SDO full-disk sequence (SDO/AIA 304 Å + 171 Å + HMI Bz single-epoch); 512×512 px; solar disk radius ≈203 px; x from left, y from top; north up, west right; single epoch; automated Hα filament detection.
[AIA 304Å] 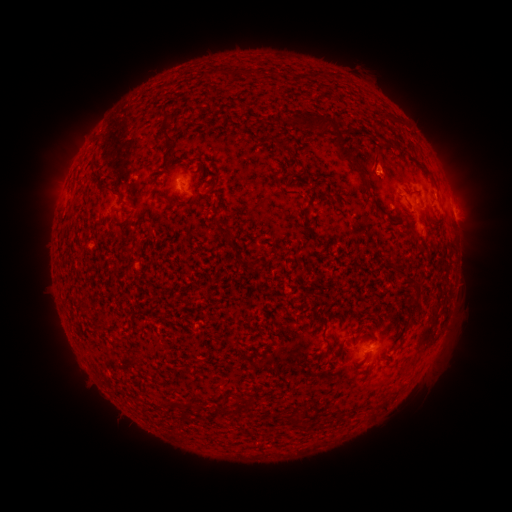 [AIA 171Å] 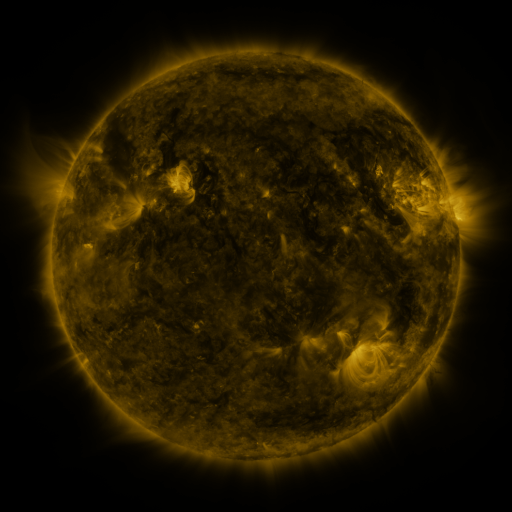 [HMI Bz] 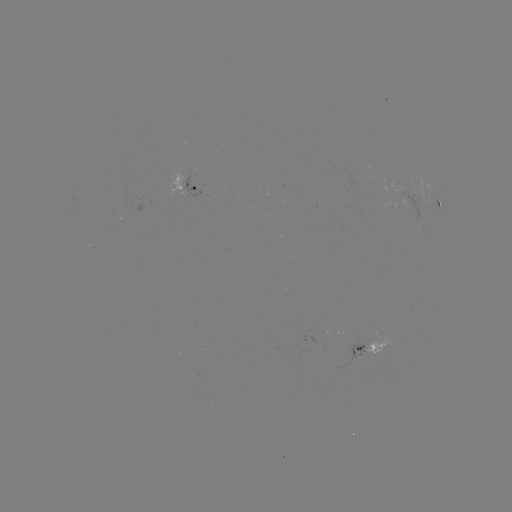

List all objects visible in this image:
filament: <bbox>206, 67, 219, 78</bbox>
filament: <bbox>162, 112, 171, 124</bbox>
filament: <bbox>307, 115, 336, 132</bbox>
filament: <bbox>158, 128, 175, 143</bbox>
filament: <bbox>334, 131, 371, 192</bbox>
filament: <bbox>274, 140, 284, 150</bbox>
filament: <bbox>395, 142, 409, 152</bbox>
filament: <bbox>371, 157, 379, 172</bbox>
filament: <bbox>414, 160, 438, 187</bbox>
filament: <bbox>98, 183, 118, 195</bbox>
filament: <bbox>161, 191, 175, 207</bbox>
filament: <bbox>214, 221, 231, 244</bbox>
filament: <bbox>304, 223, 318, 241</bbox>
filament: <bbox>393, 265, 408, 278</bbox>
filament: <bbox>405, 283, 422, 314</bbox>
filament: <bbox>287, 417, 305, 430</bbox>
